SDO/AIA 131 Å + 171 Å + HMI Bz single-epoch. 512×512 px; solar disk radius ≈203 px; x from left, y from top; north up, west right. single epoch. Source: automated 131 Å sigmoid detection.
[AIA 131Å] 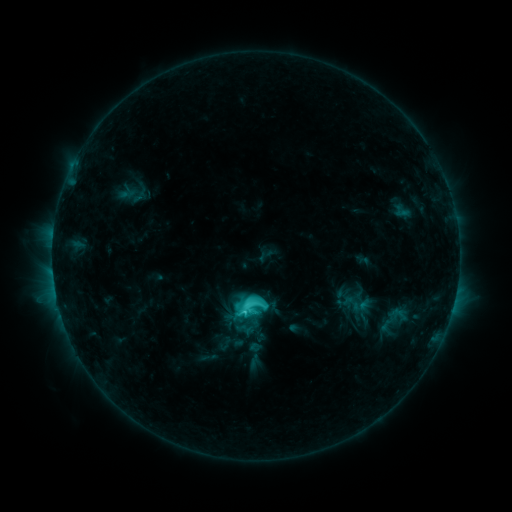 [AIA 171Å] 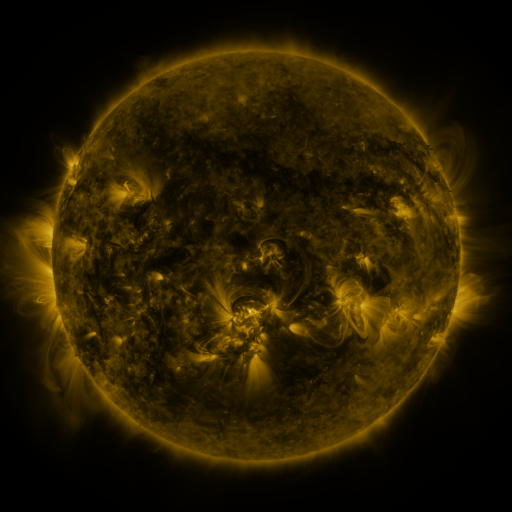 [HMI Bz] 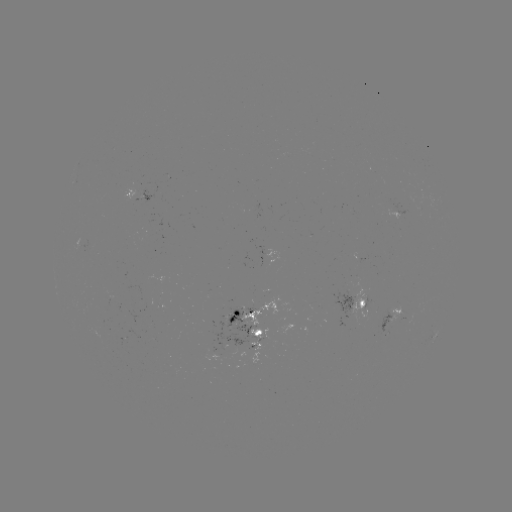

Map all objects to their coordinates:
sigmoid: (351, 303)
sigmoid: (253, 307)
